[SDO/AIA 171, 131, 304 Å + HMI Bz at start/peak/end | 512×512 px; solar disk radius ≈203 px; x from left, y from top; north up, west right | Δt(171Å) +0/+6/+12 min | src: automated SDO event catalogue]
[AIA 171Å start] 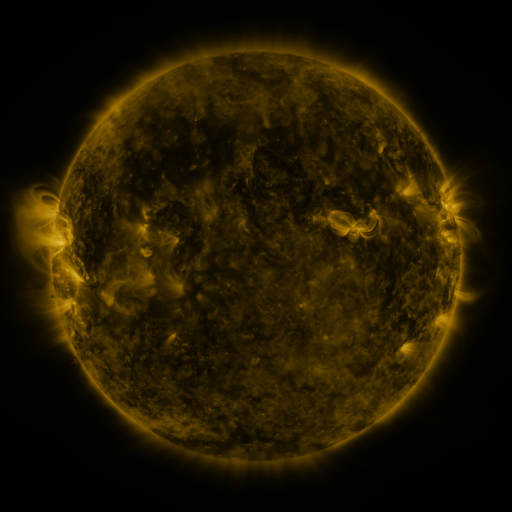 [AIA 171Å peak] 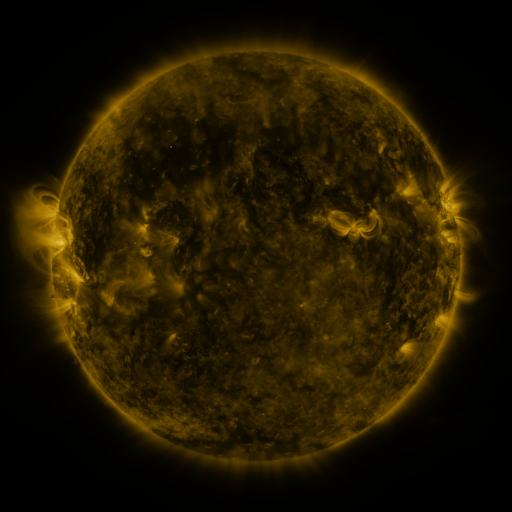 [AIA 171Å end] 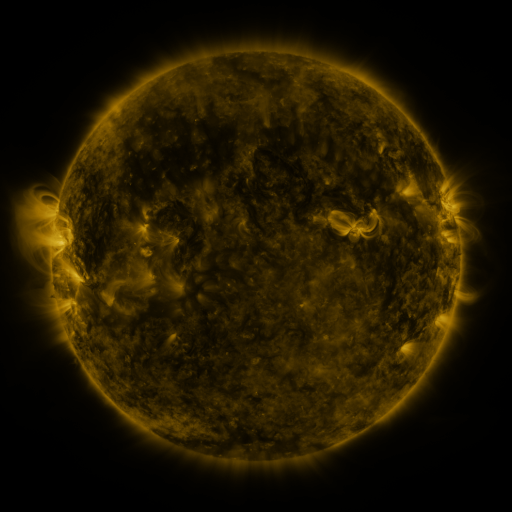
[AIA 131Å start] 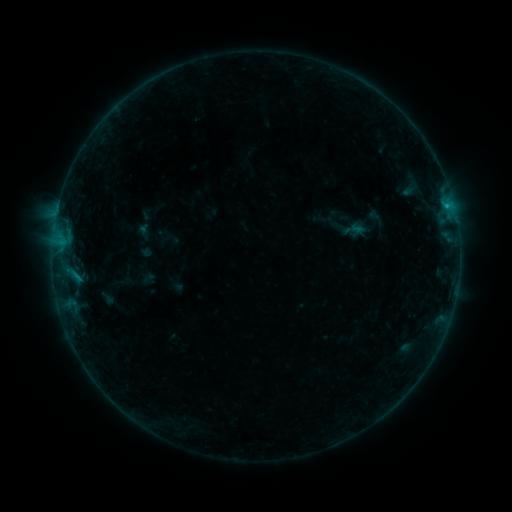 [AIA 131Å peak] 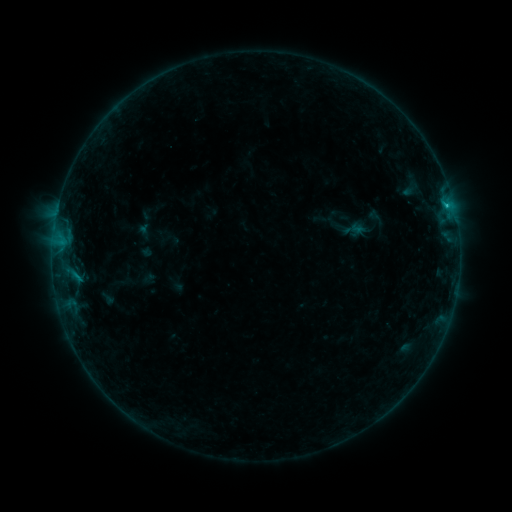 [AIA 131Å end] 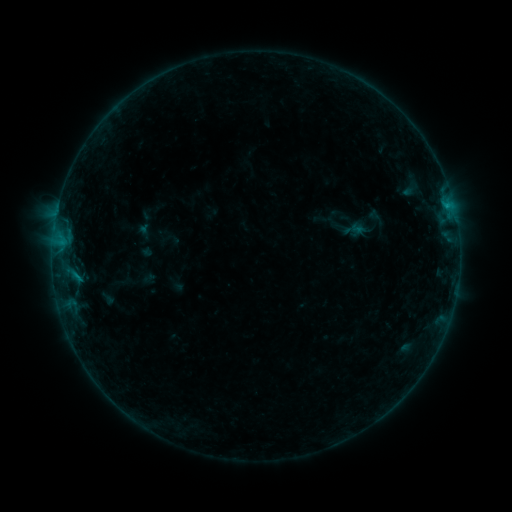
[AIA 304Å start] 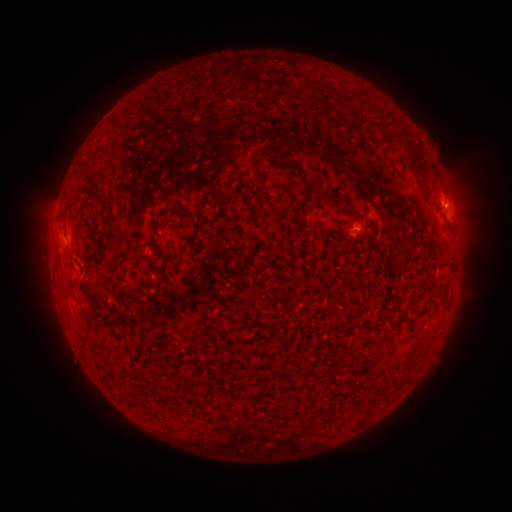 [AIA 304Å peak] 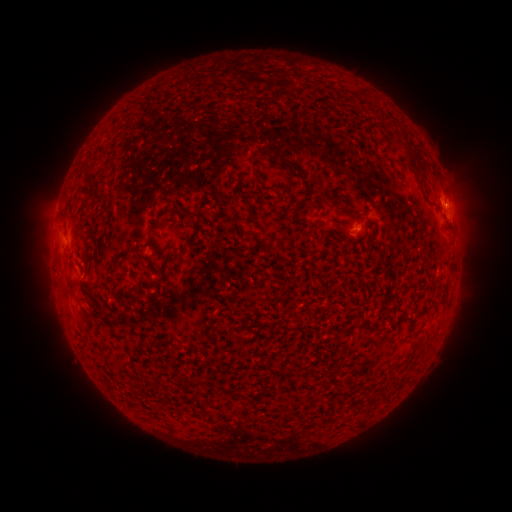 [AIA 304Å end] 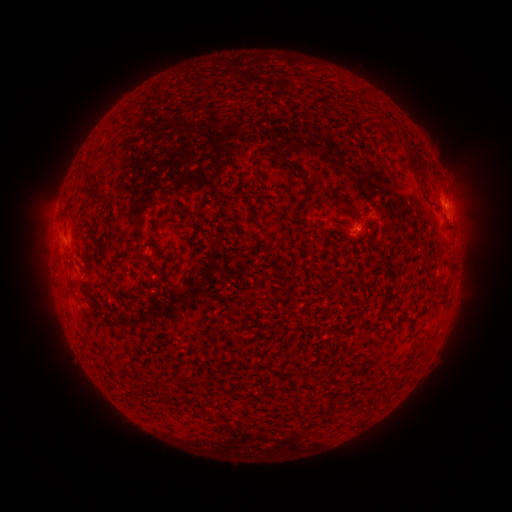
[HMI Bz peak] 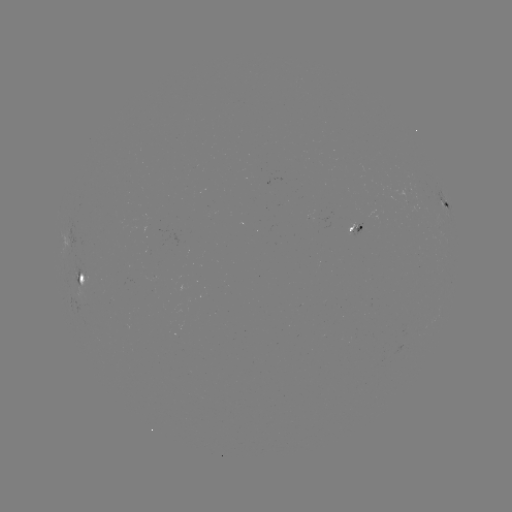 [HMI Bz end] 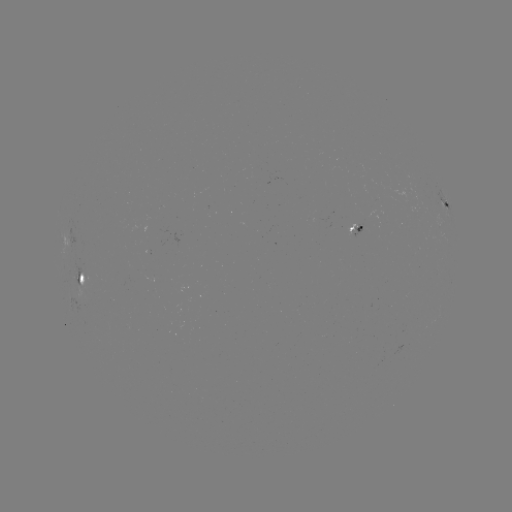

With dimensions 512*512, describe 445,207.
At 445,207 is B4.5 flare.